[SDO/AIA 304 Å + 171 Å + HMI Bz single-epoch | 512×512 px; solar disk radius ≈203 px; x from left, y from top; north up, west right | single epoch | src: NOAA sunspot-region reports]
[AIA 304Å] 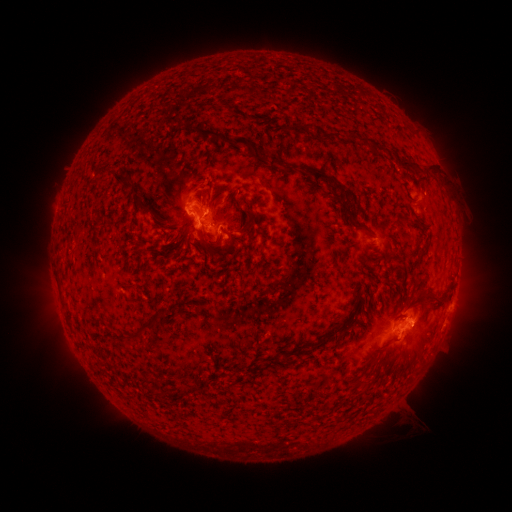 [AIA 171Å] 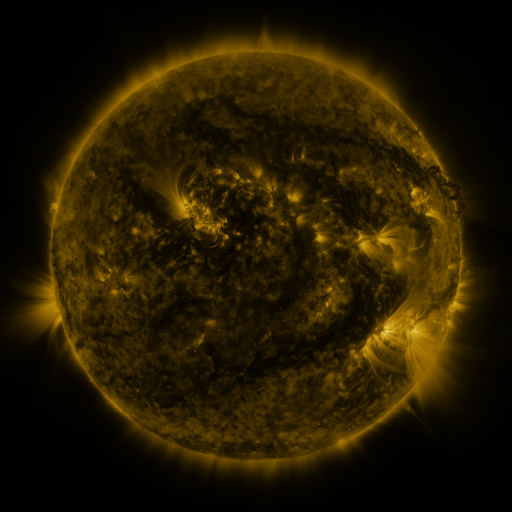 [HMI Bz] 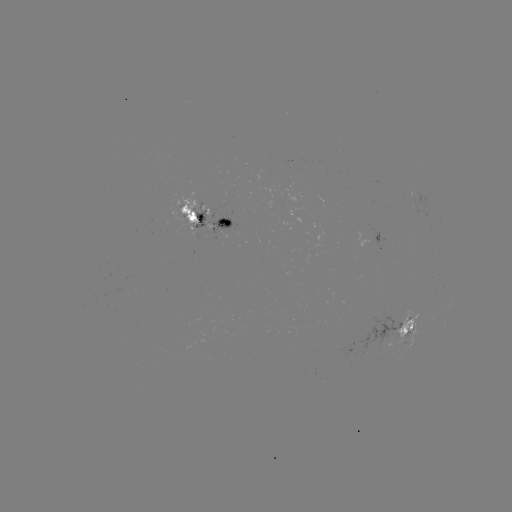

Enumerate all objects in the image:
spotted active region: (207, 215)
spotted active region: (400, 329)
